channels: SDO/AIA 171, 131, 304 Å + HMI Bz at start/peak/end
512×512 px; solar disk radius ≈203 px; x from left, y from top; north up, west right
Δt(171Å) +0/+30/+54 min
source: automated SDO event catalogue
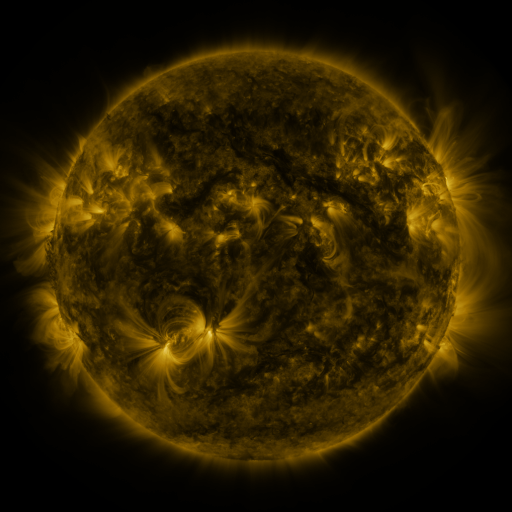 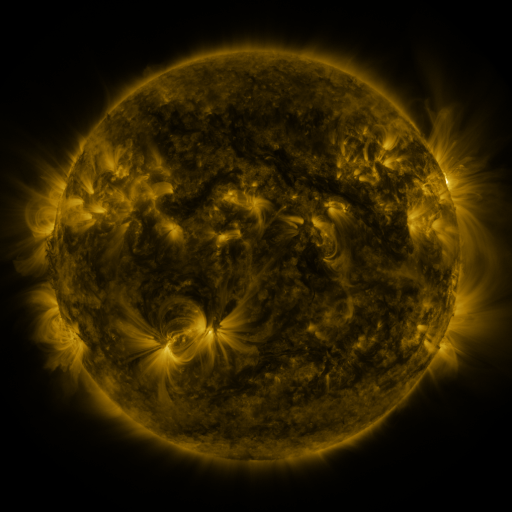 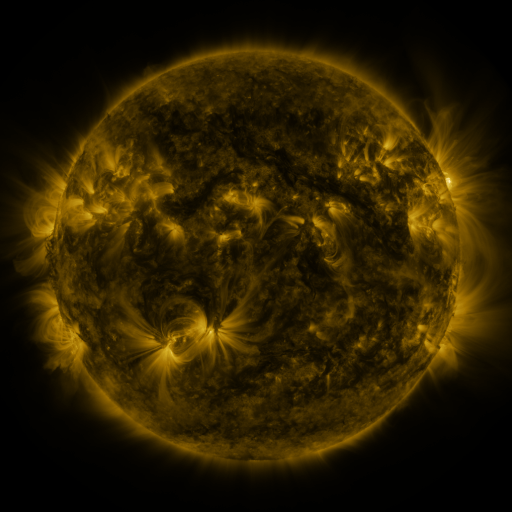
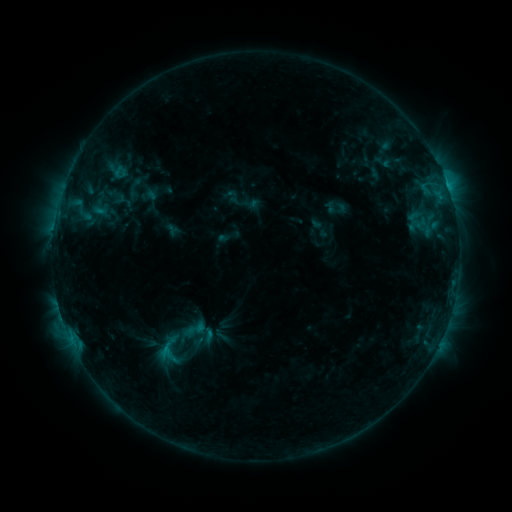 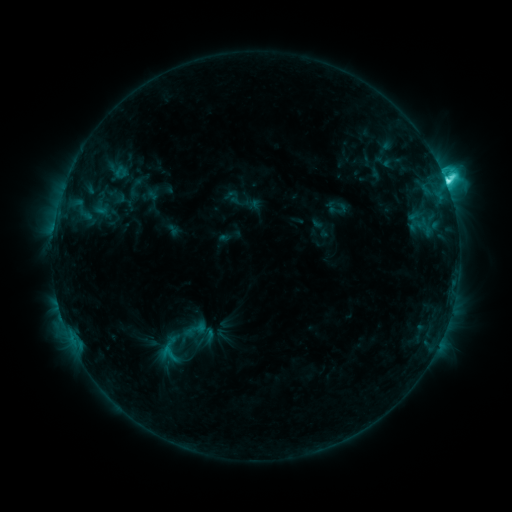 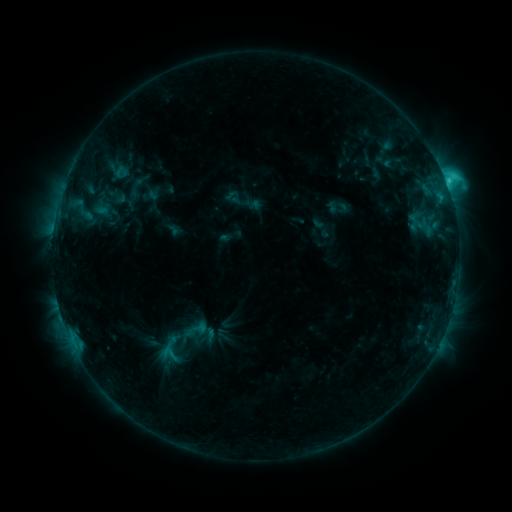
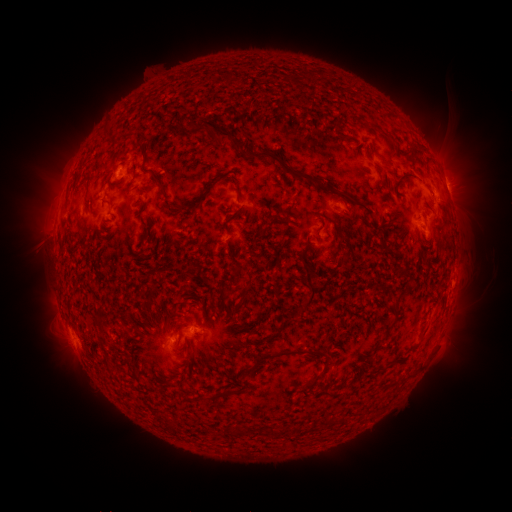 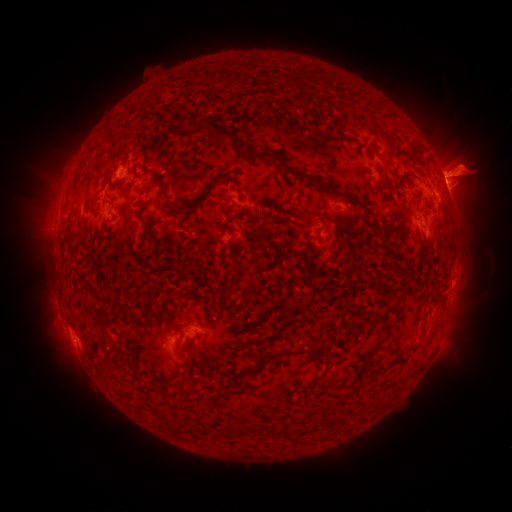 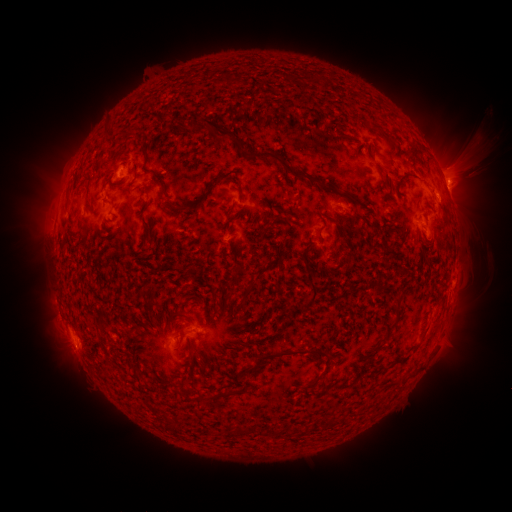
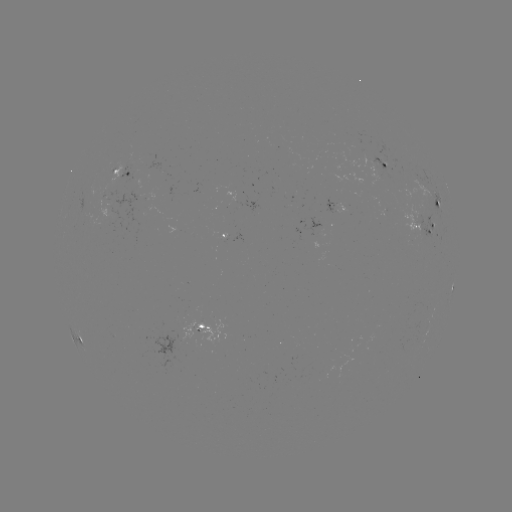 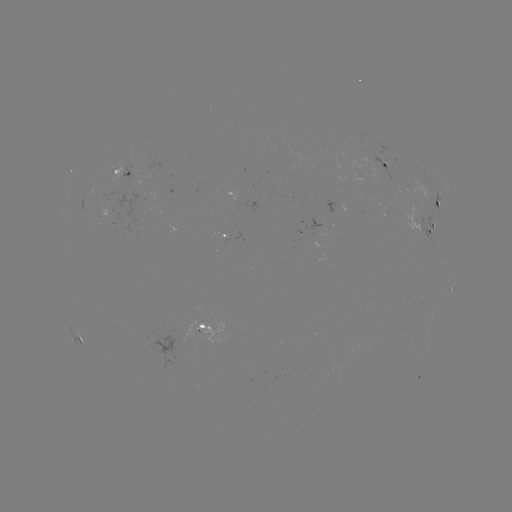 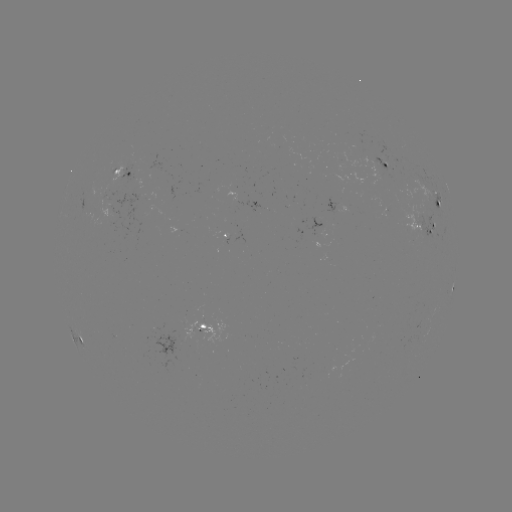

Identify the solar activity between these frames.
eruption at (465, 170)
